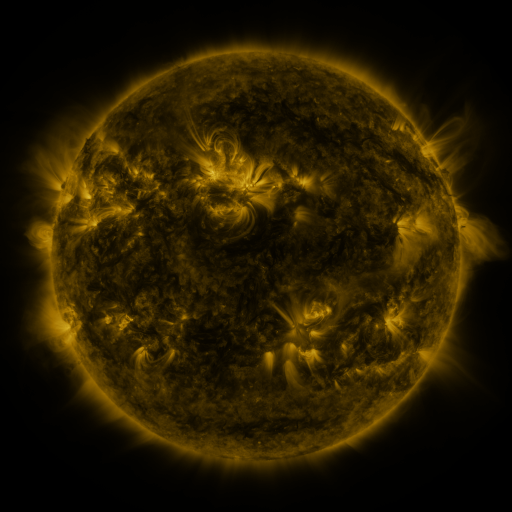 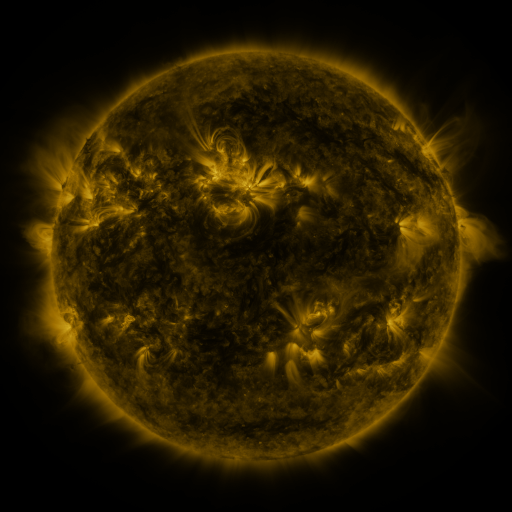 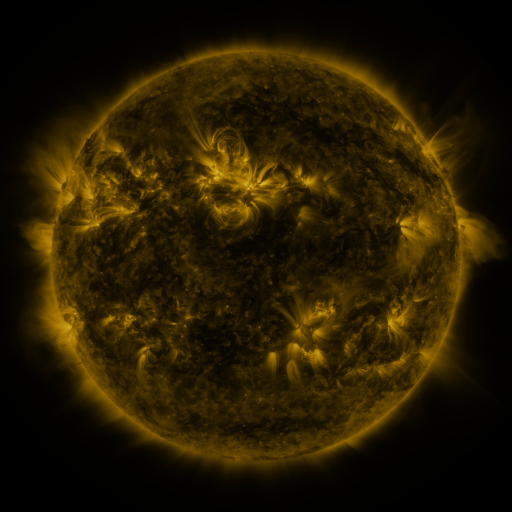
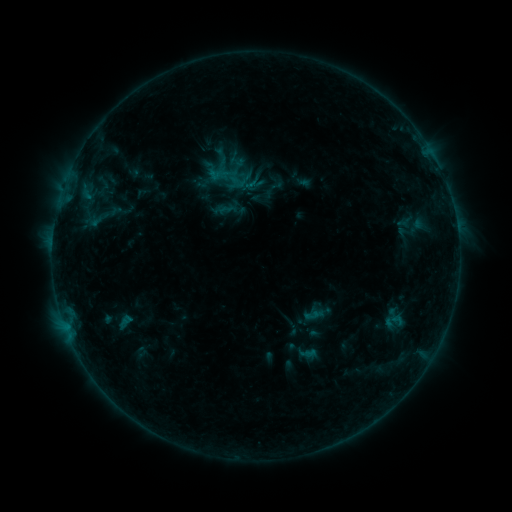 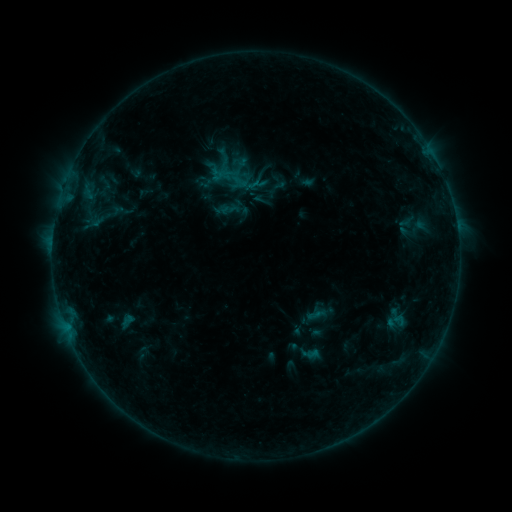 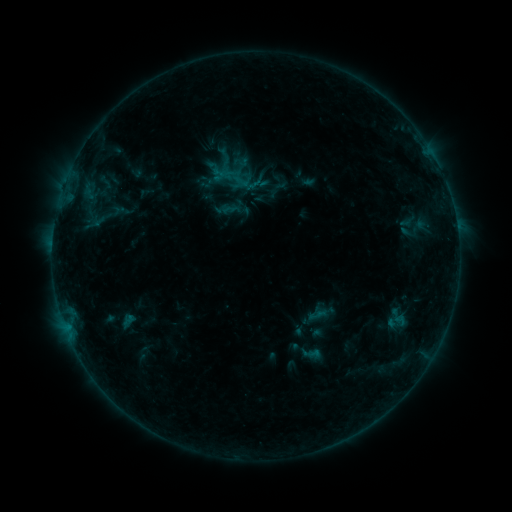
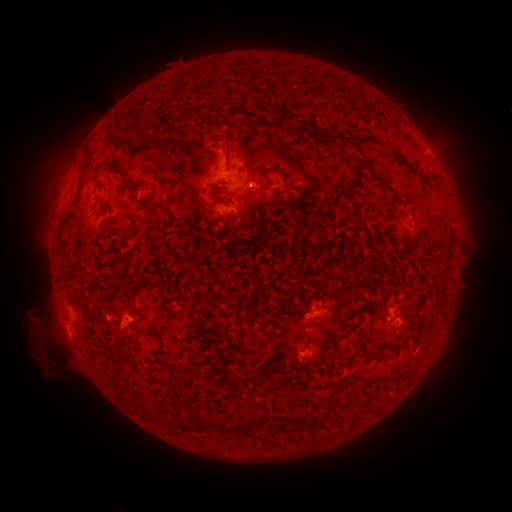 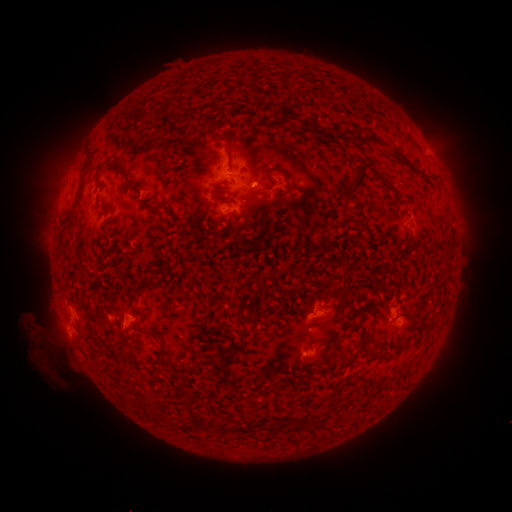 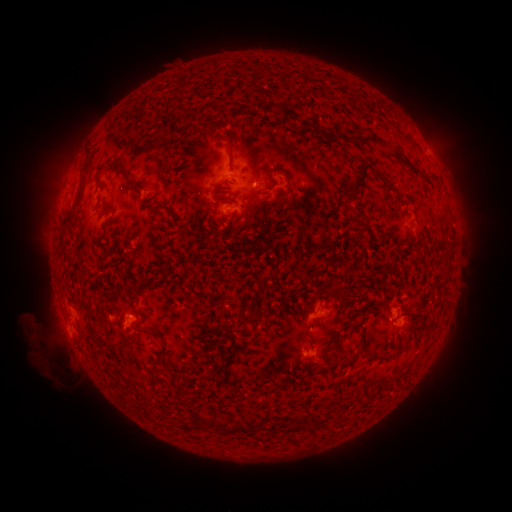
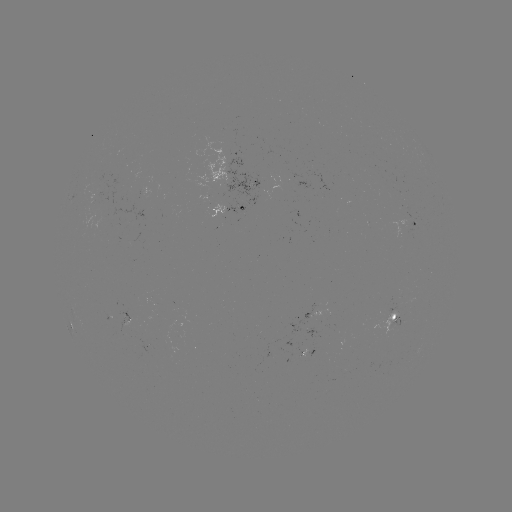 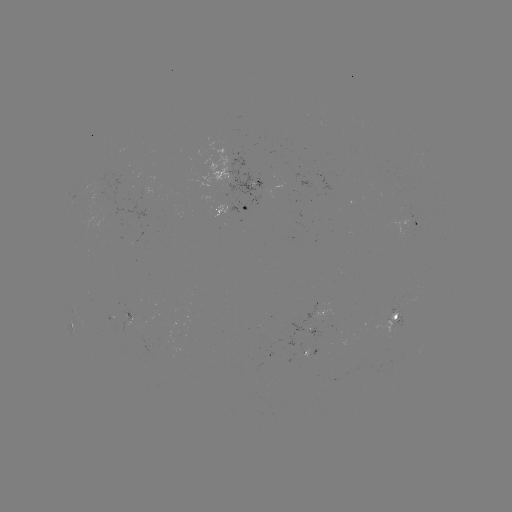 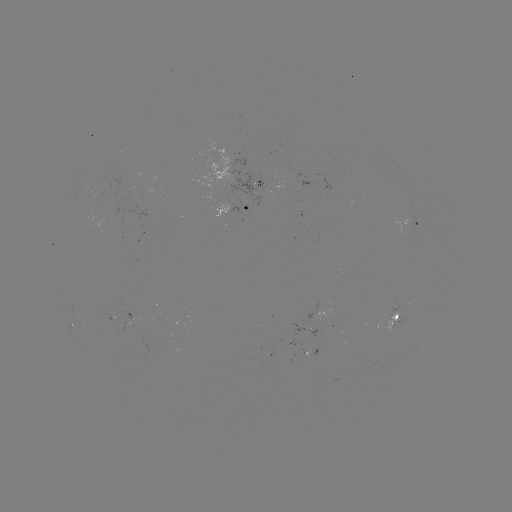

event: emerging-flux region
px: (138, 299)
